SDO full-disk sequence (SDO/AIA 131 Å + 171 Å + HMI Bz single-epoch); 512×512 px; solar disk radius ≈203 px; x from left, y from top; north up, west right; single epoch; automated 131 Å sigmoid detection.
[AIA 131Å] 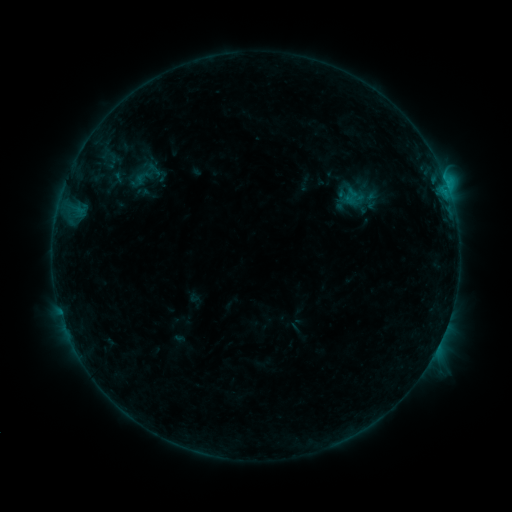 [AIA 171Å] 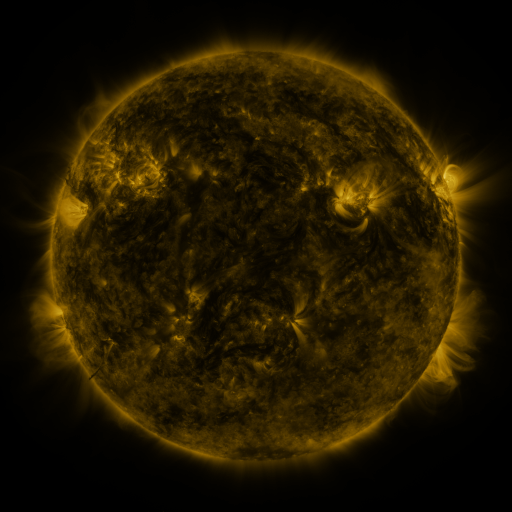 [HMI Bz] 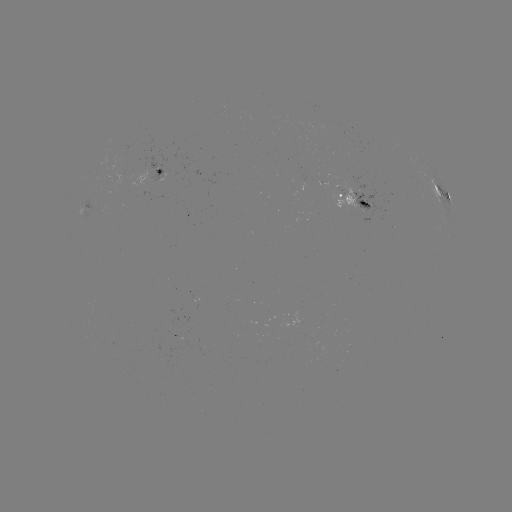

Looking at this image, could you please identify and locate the sigmoid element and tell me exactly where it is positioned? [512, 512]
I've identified sigmoid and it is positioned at [142, 177].